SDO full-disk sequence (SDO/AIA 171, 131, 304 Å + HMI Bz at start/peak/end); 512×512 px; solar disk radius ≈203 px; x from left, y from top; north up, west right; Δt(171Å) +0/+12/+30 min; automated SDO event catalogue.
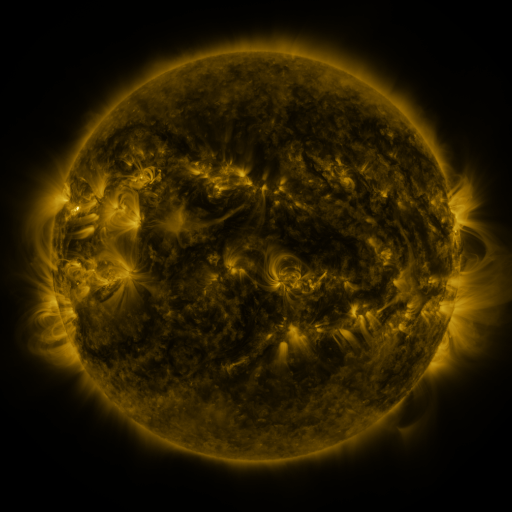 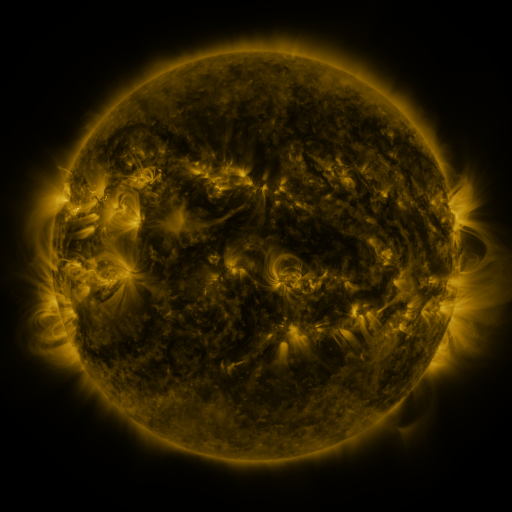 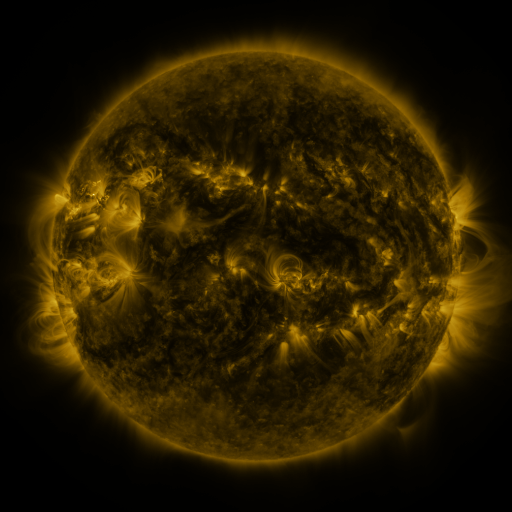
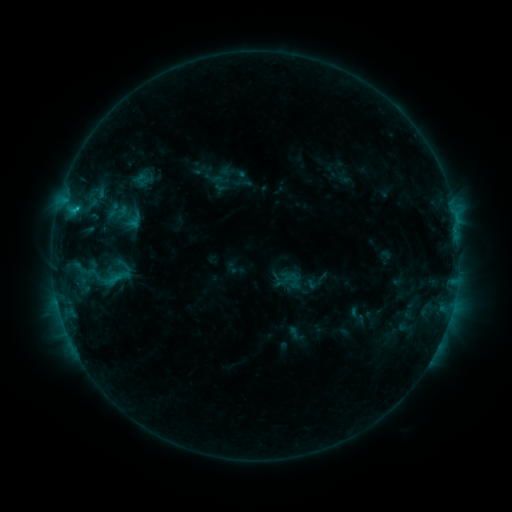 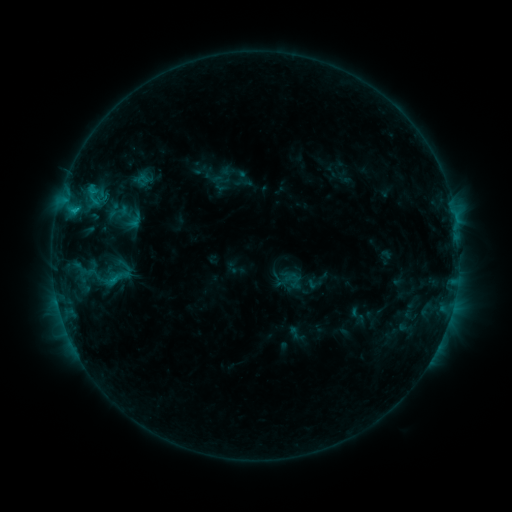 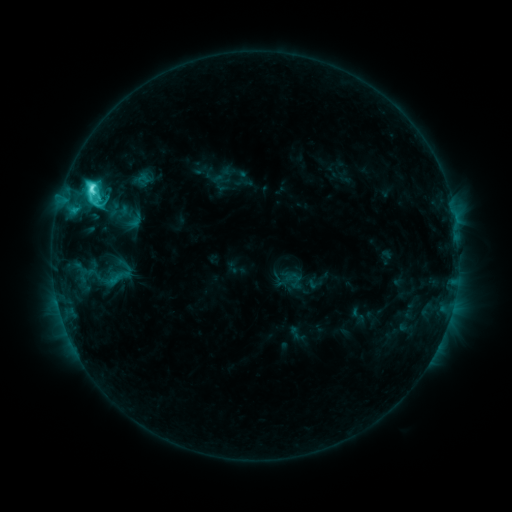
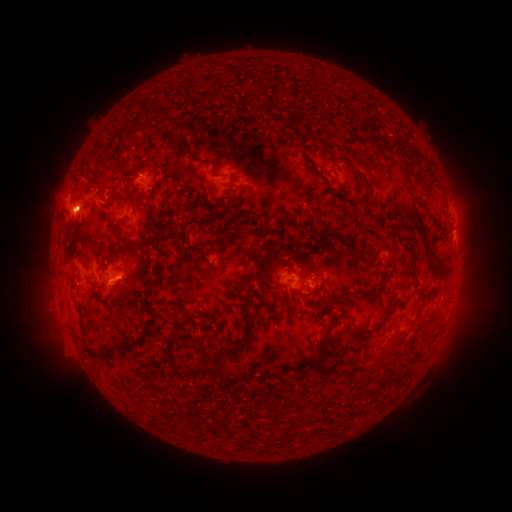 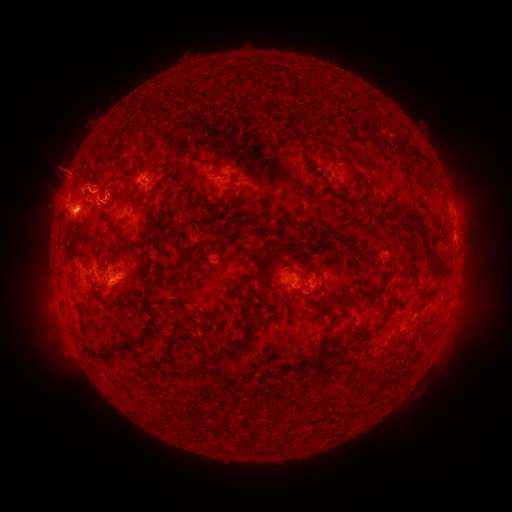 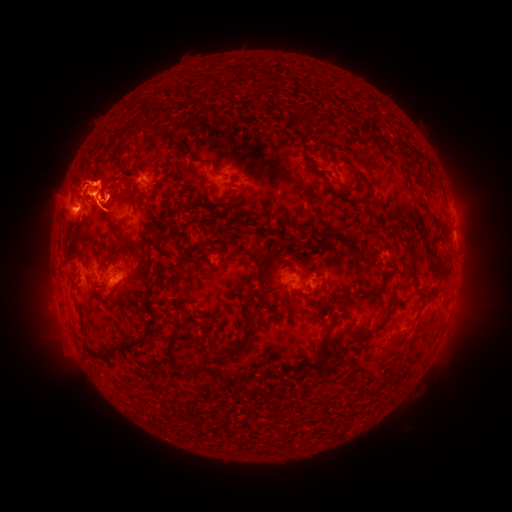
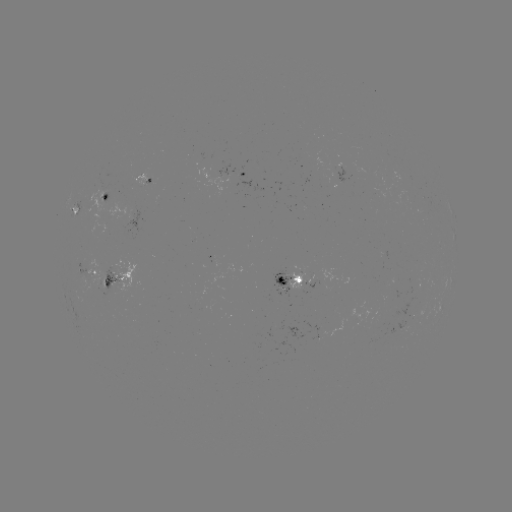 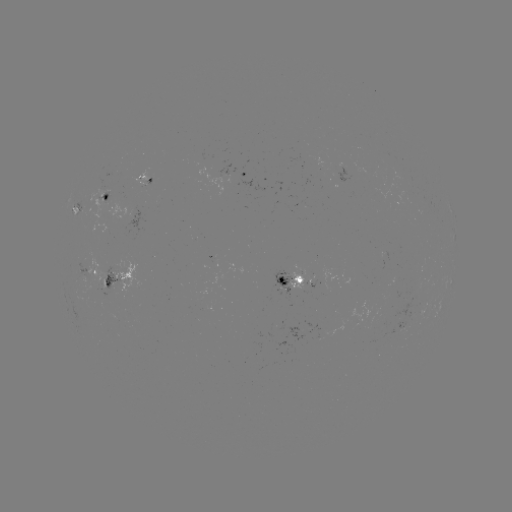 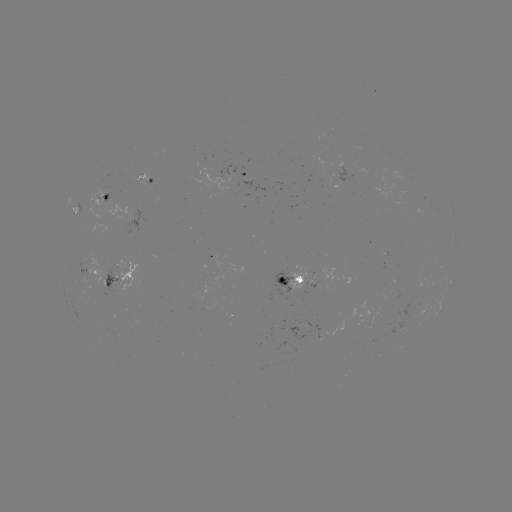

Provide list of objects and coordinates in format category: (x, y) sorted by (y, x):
eruption: (81, 179)
